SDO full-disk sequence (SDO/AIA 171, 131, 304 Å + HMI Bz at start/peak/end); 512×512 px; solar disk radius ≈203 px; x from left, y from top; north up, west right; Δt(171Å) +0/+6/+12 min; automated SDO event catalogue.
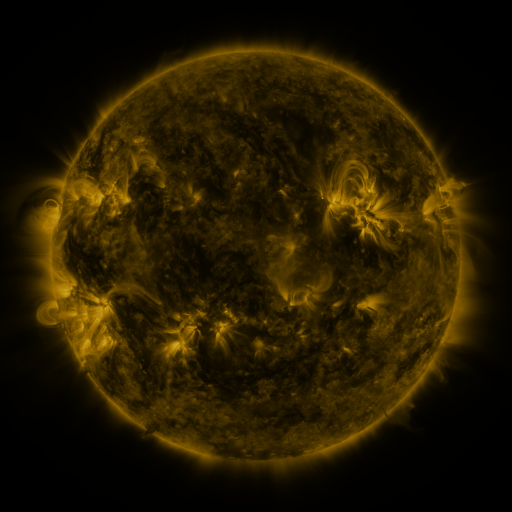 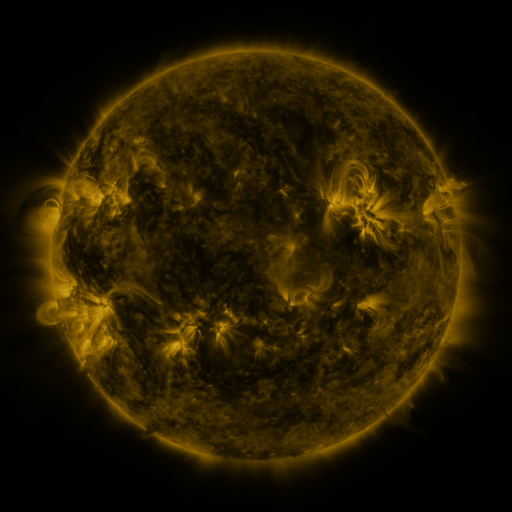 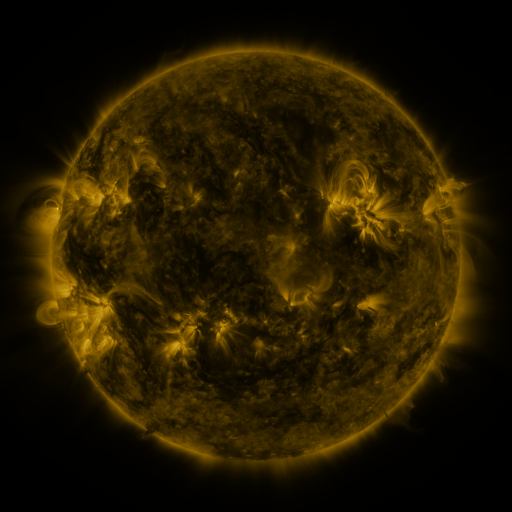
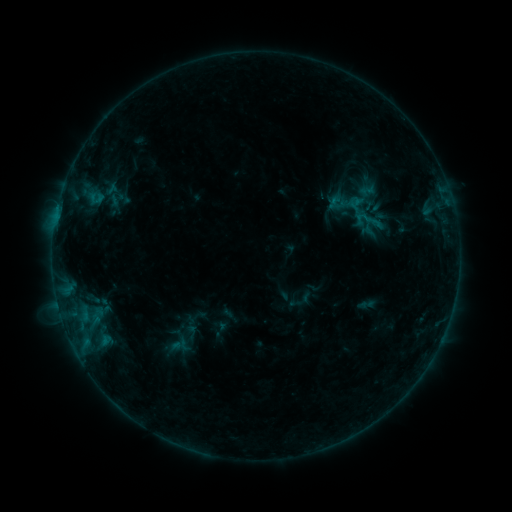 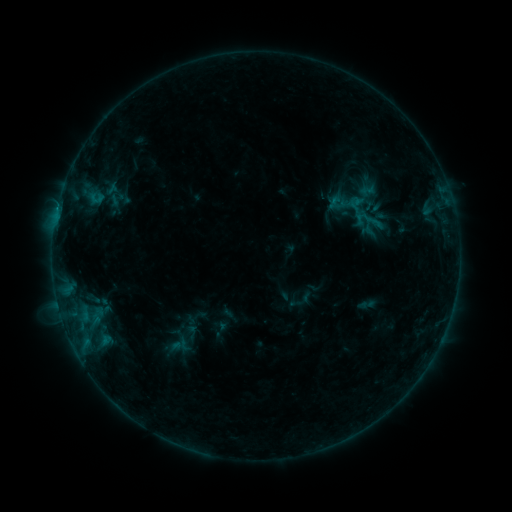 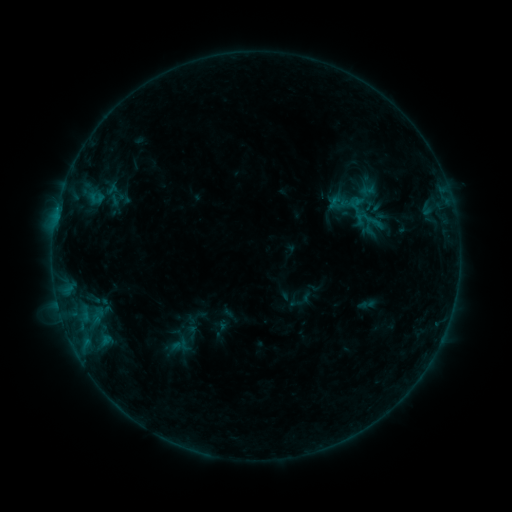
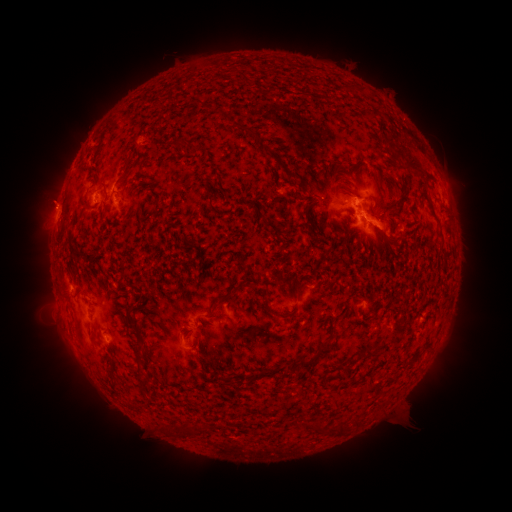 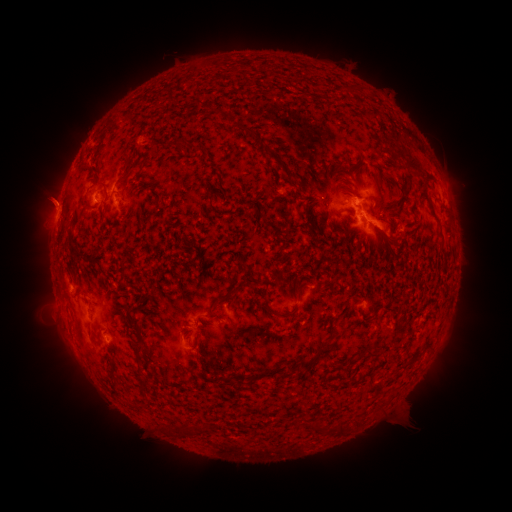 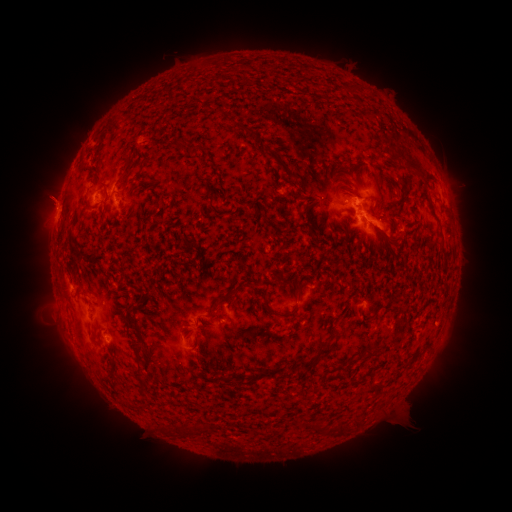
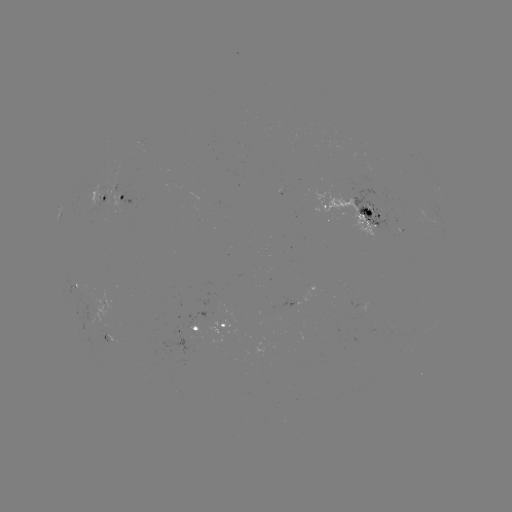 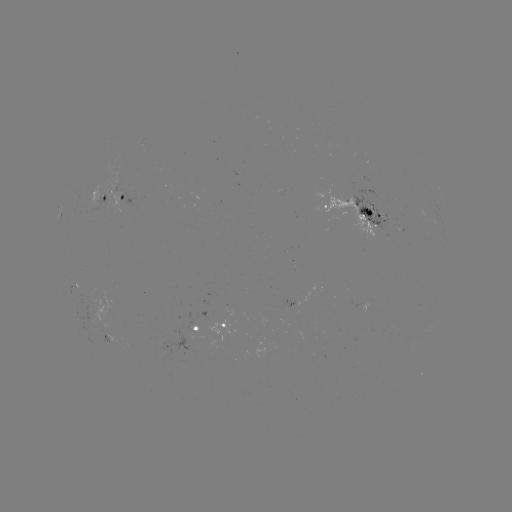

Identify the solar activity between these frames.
eruption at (53, 198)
